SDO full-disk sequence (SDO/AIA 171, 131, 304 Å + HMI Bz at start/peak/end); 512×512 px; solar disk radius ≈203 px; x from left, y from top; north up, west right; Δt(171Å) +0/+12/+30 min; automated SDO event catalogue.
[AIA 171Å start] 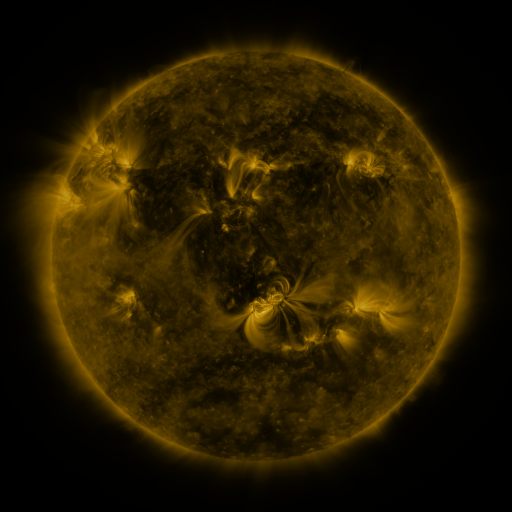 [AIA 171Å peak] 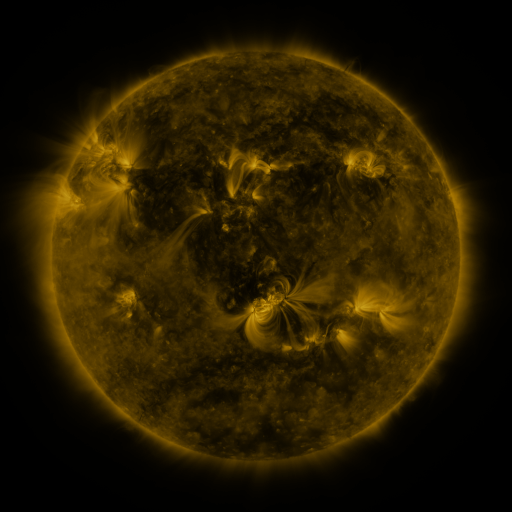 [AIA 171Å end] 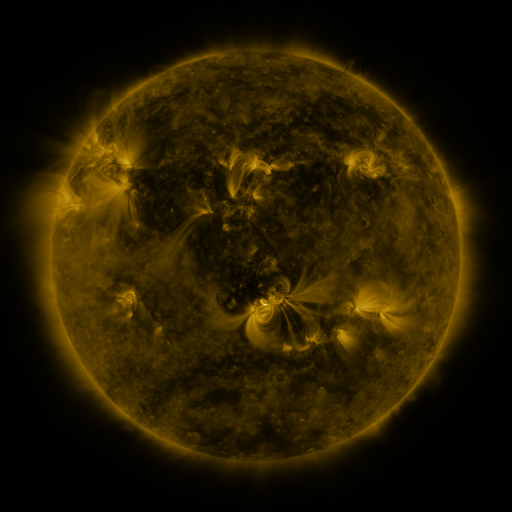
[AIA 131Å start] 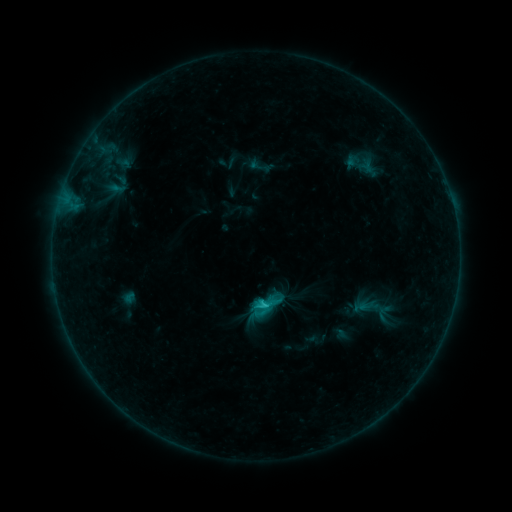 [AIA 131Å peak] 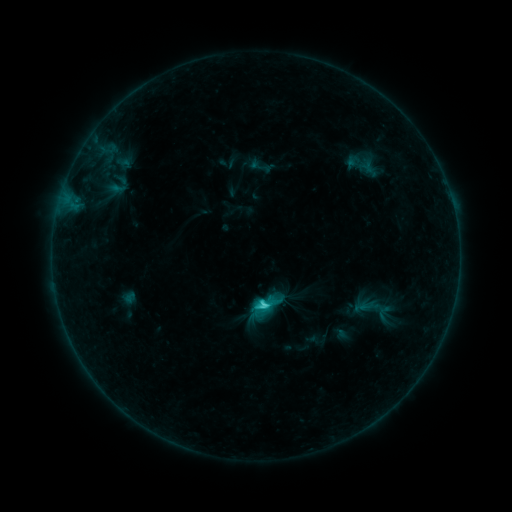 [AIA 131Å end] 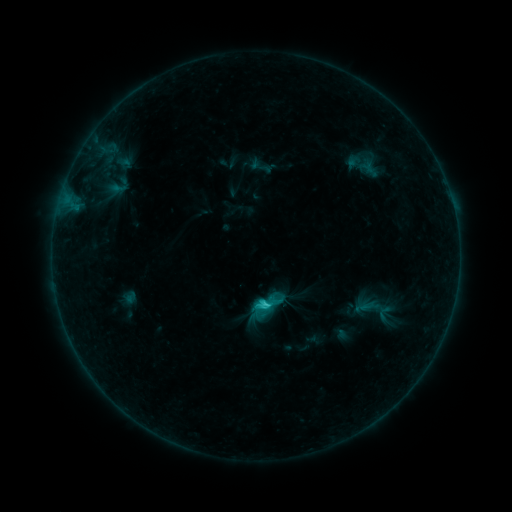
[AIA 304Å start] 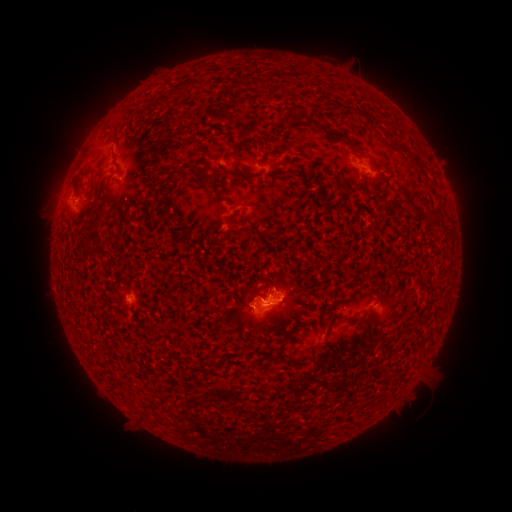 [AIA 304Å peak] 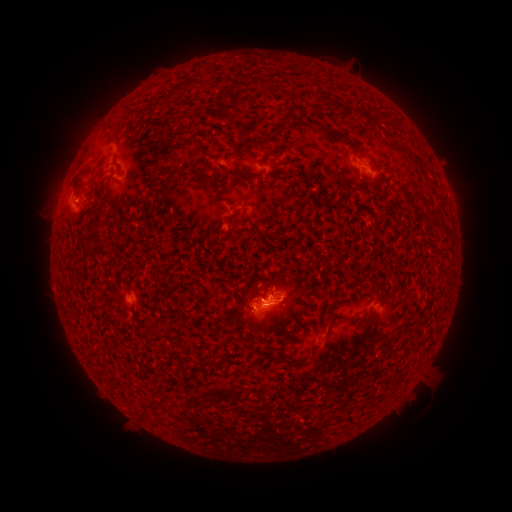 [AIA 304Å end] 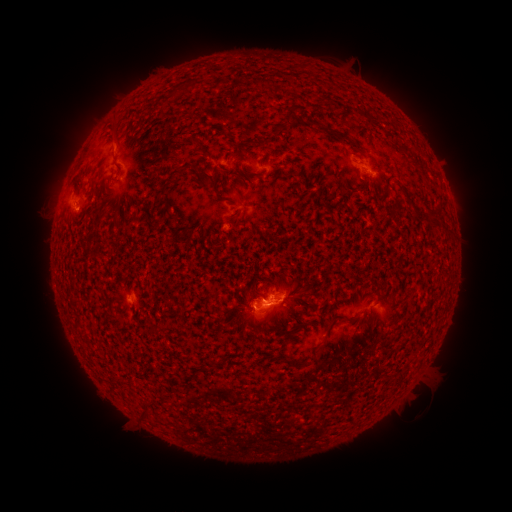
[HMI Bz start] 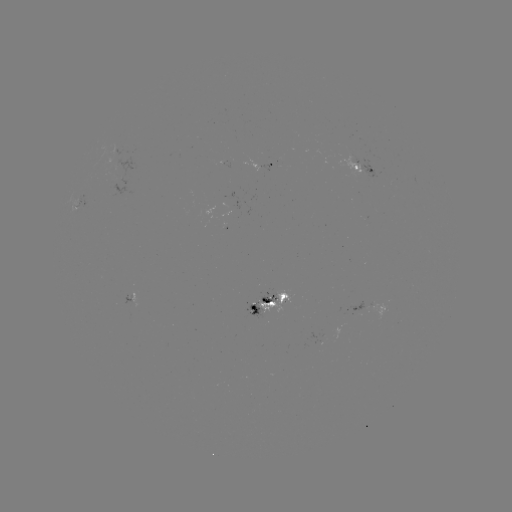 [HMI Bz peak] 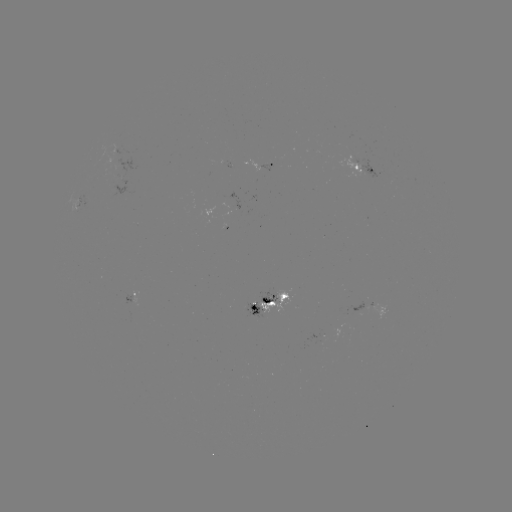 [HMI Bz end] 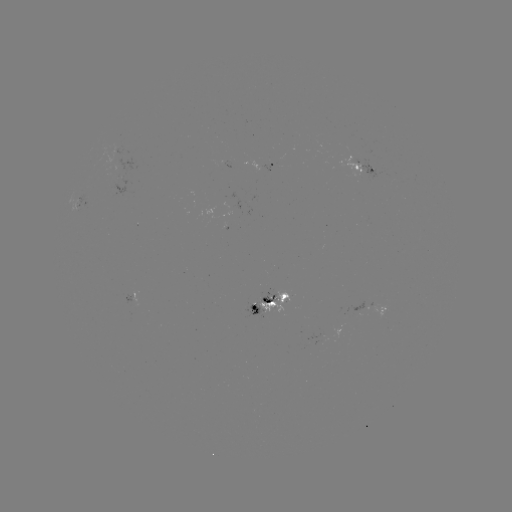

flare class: C1.8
